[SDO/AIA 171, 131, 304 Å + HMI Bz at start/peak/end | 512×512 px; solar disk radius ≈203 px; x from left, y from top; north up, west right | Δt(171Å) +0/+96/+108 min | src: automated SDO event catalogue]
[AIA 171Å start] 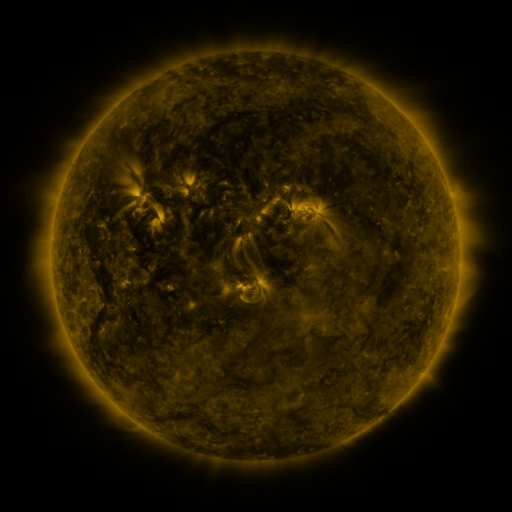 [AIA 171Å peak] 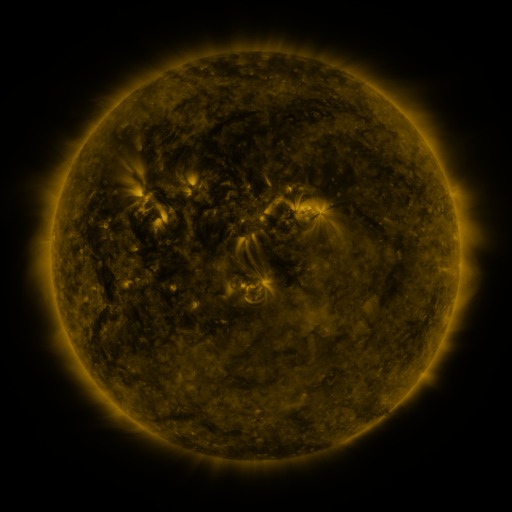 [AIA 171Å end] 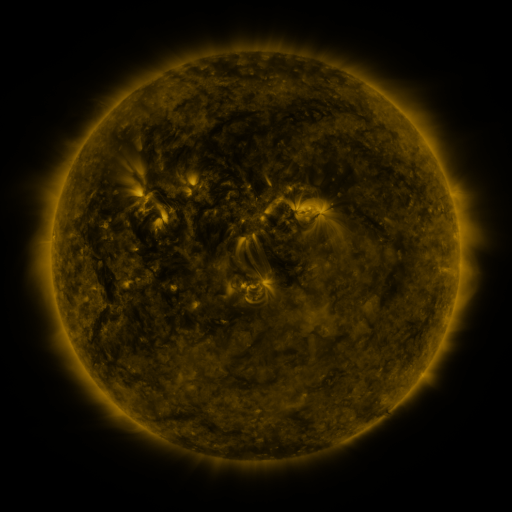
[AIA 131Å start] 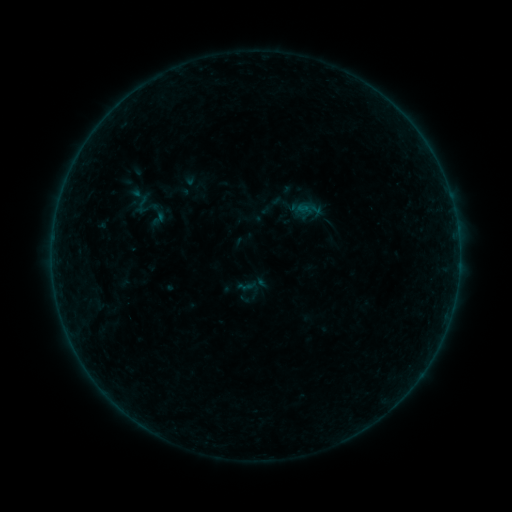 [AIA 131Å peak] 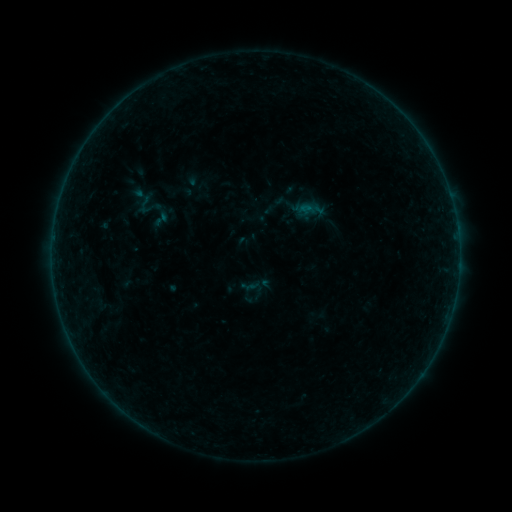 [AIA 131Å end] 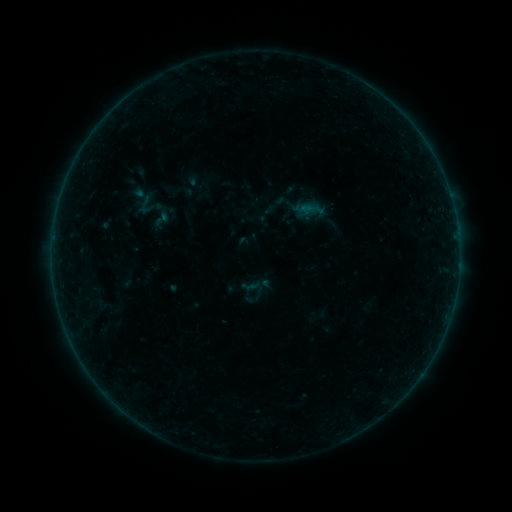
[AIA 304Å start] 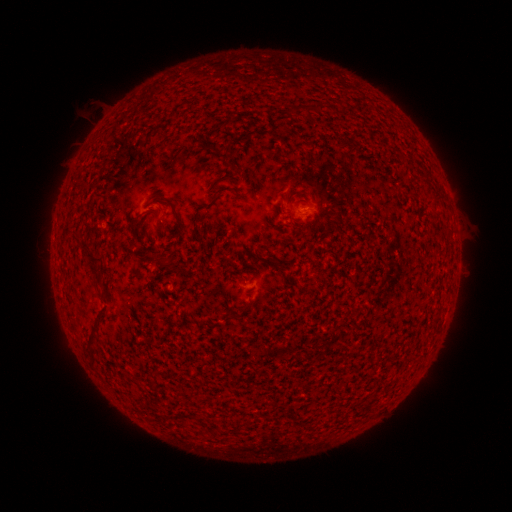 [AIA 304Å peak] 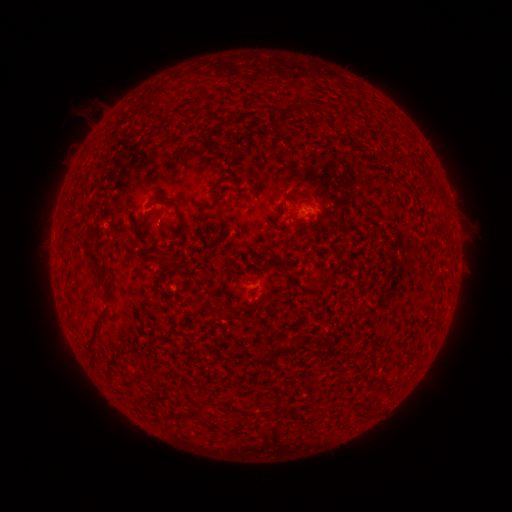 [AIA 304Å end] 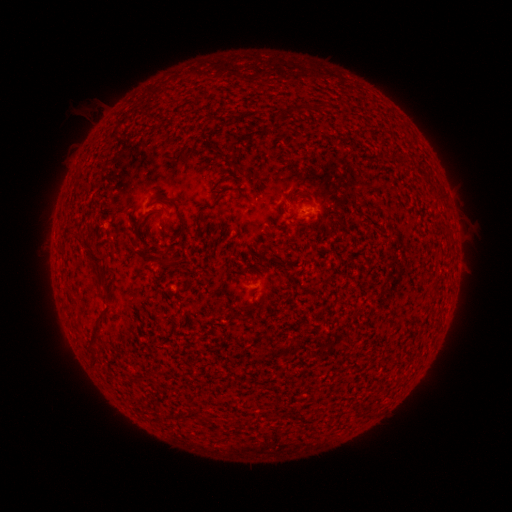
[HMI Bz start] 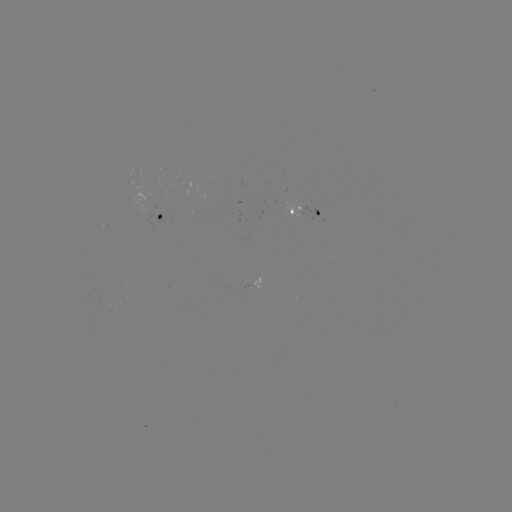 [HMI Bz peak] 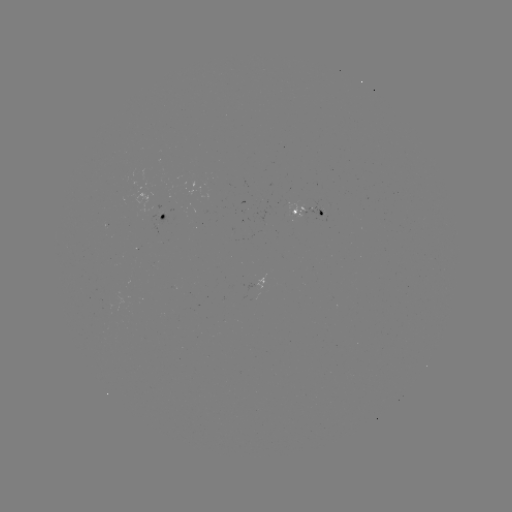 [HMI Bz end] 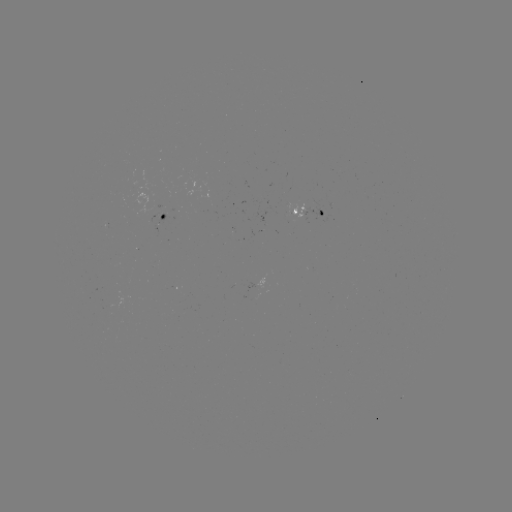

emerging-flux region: <bbox>295, 210, 308, 217</bbox>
